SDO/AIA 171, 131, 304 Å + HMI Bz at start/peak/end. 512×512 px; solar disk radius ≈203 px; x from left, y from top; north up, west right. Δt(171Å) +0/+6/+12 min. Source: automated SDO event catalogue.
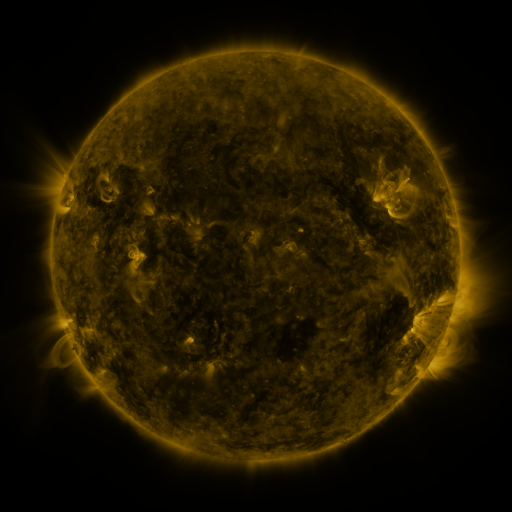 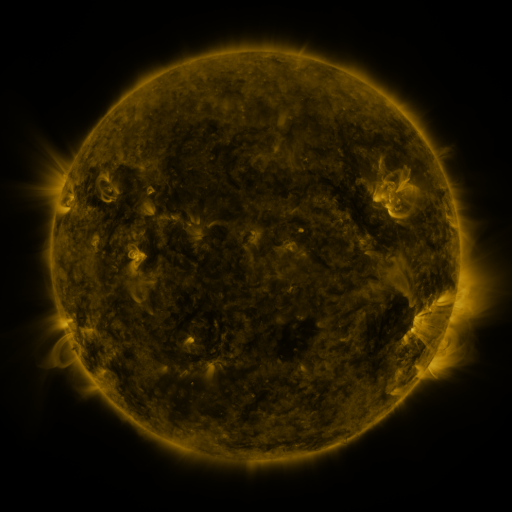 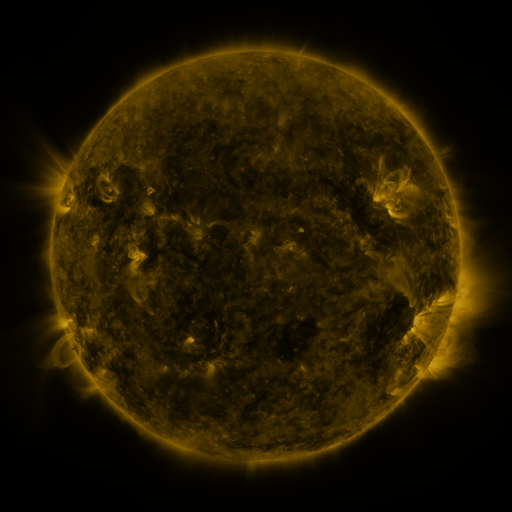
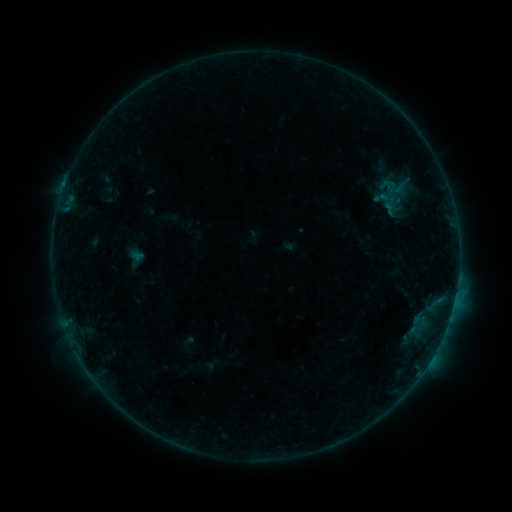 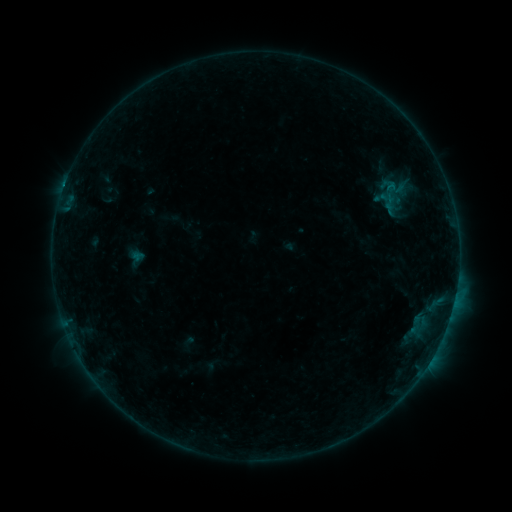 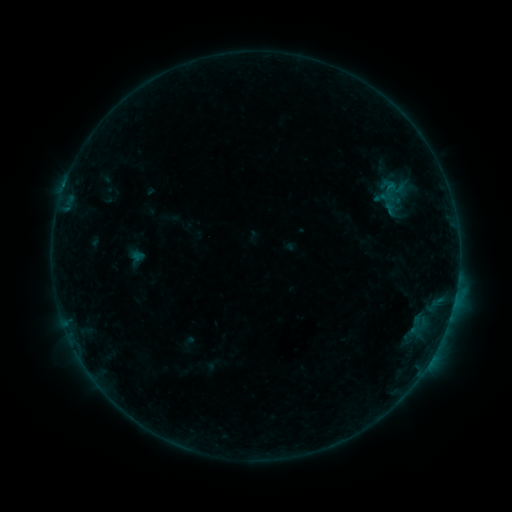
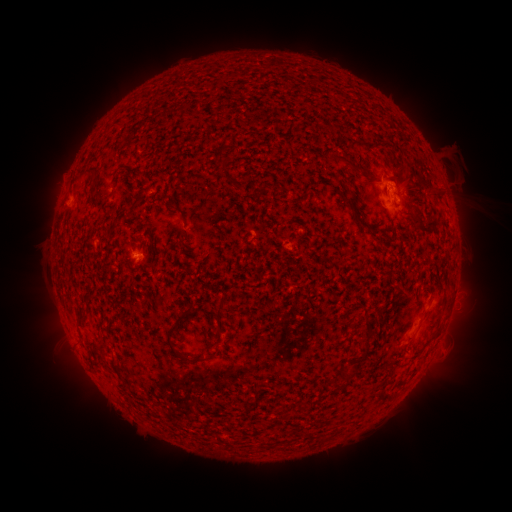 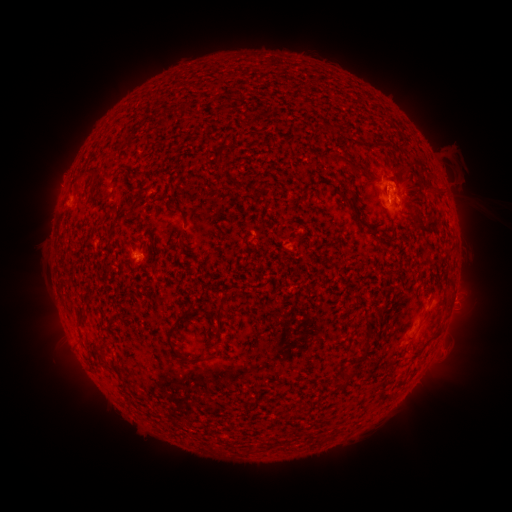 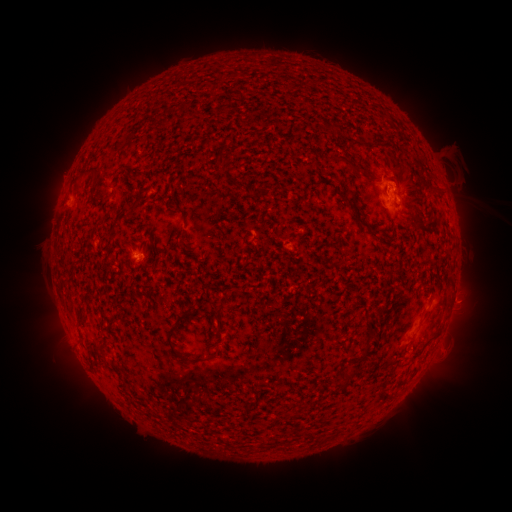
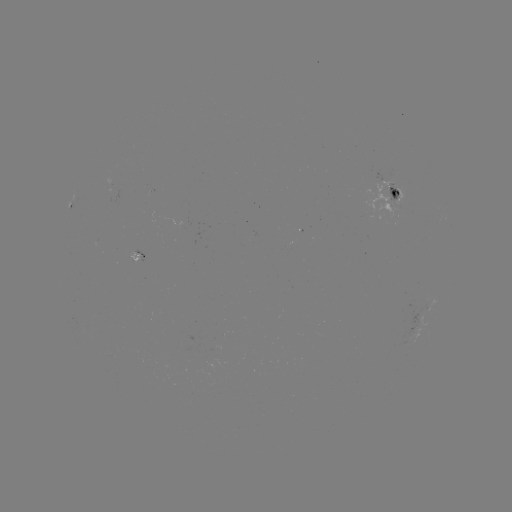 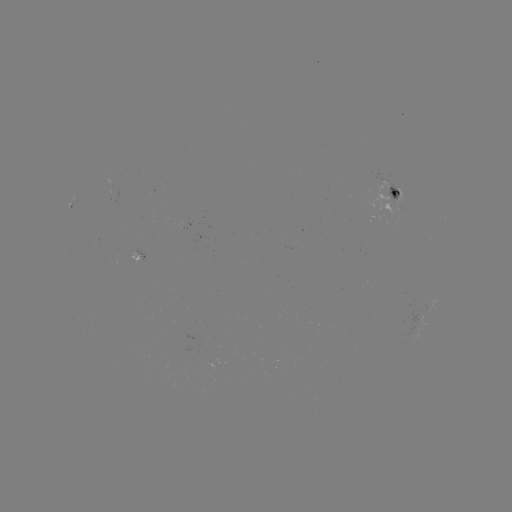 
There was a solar flare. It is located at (64, 191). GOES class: B4.7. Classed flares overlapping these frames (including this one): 1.